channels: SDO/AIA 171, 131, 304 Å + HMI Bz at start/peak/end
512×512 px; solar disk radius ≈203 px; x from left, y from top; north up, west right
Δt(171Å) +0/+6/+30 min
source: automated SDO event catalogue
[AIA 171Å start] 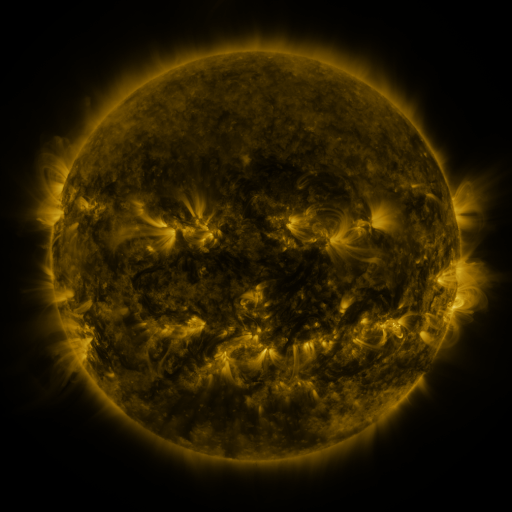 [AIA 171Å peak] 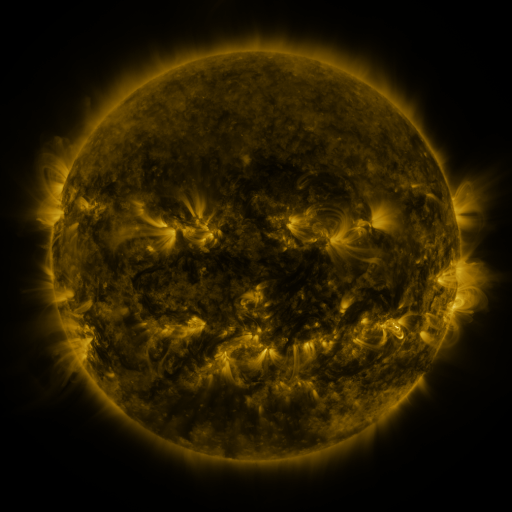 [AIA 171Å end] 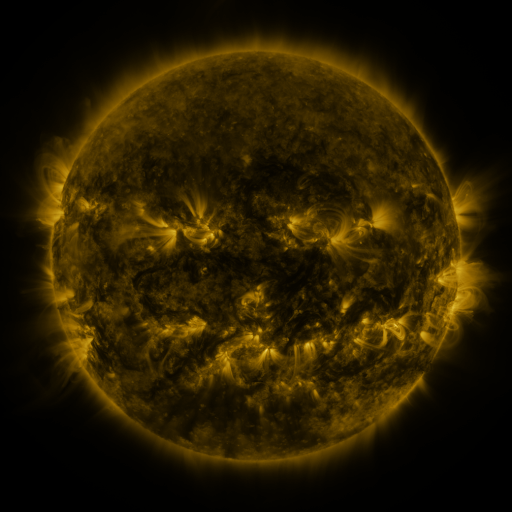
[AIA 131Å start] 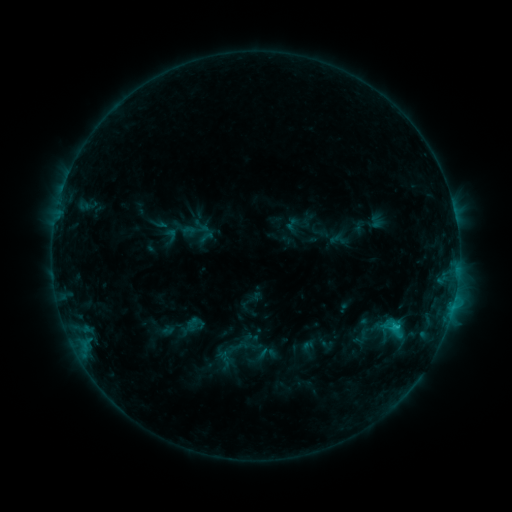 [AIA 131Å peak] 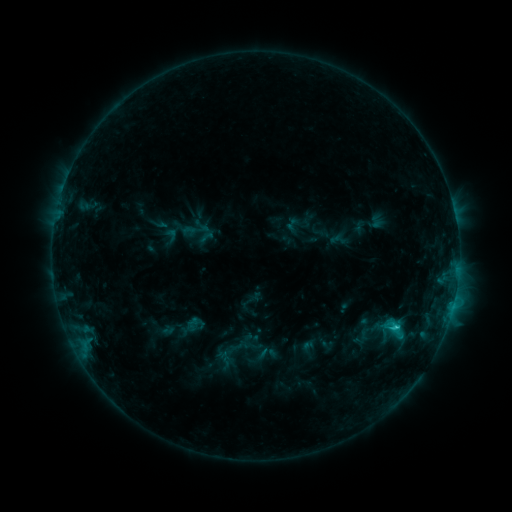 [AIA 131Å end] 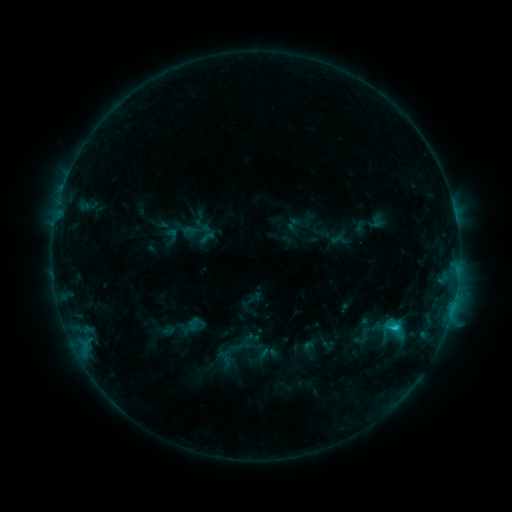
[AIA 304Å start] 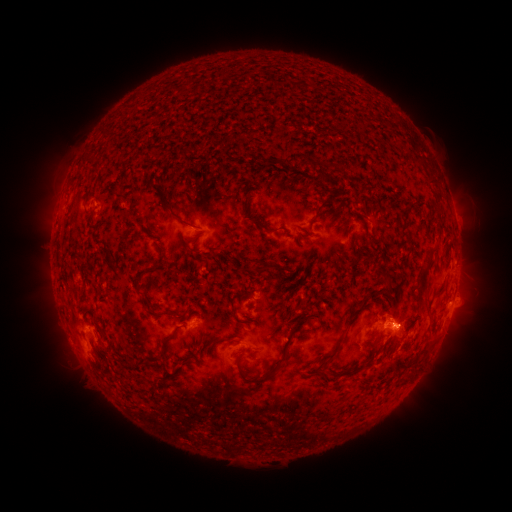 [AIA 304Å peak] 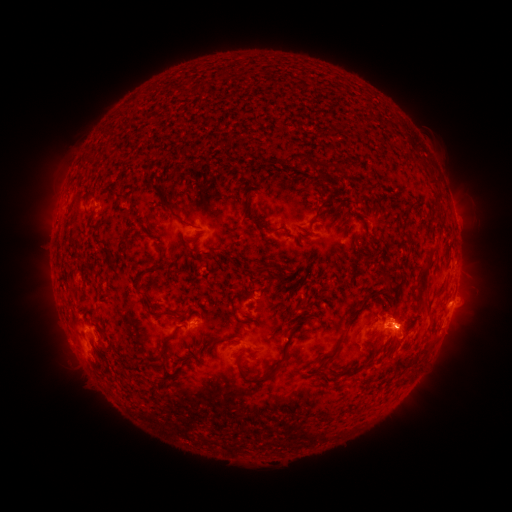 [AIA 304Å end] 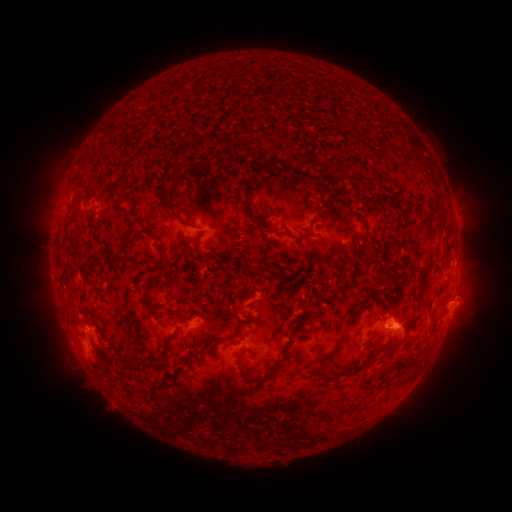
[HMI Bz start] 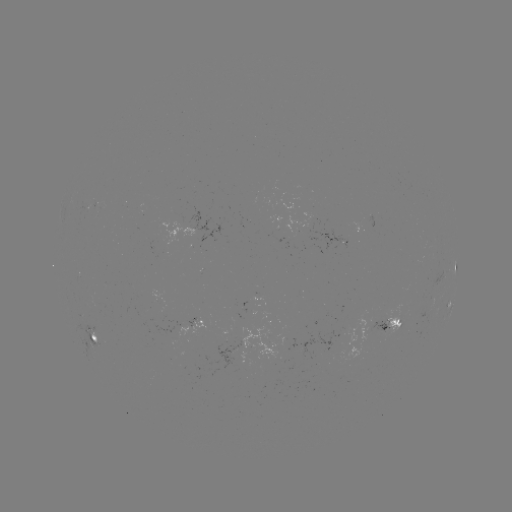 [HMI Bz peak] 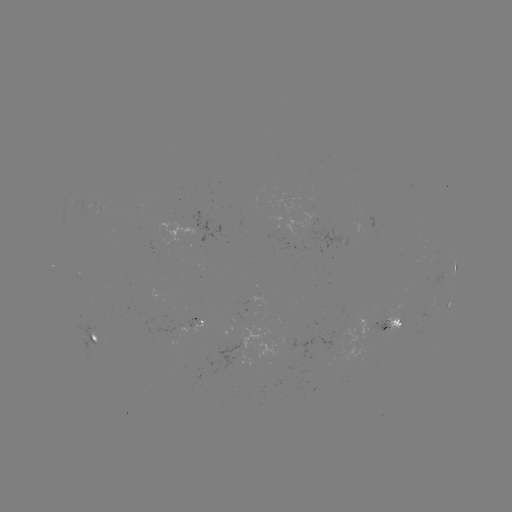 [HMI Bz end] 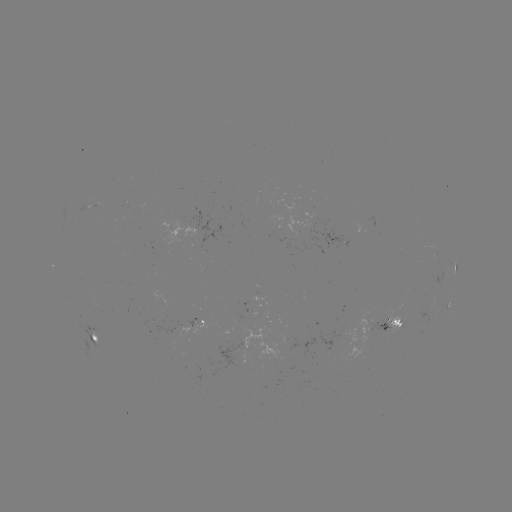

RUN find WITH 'C1.6 flare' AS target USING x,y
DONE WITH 396,326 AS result